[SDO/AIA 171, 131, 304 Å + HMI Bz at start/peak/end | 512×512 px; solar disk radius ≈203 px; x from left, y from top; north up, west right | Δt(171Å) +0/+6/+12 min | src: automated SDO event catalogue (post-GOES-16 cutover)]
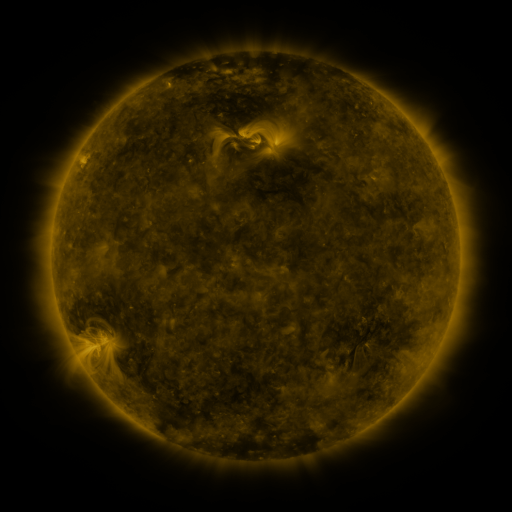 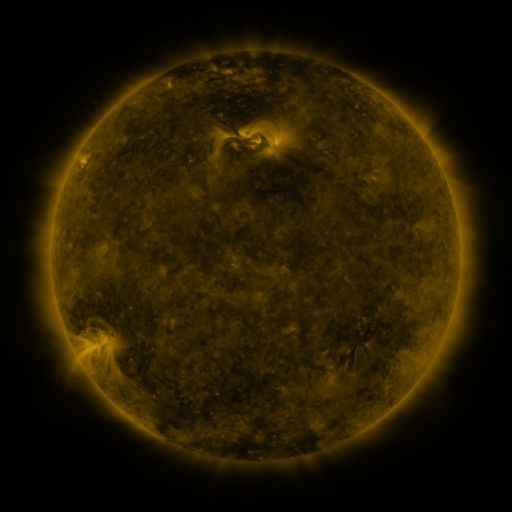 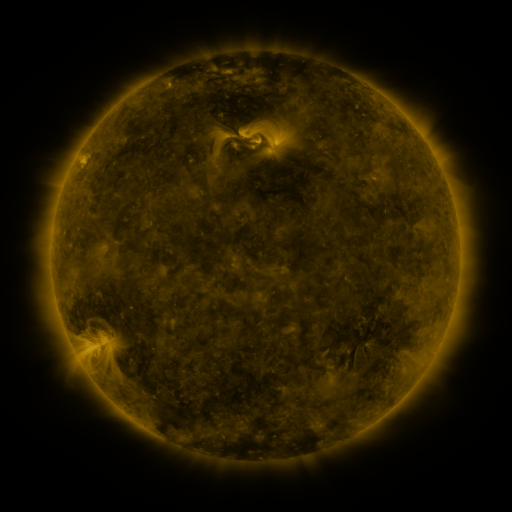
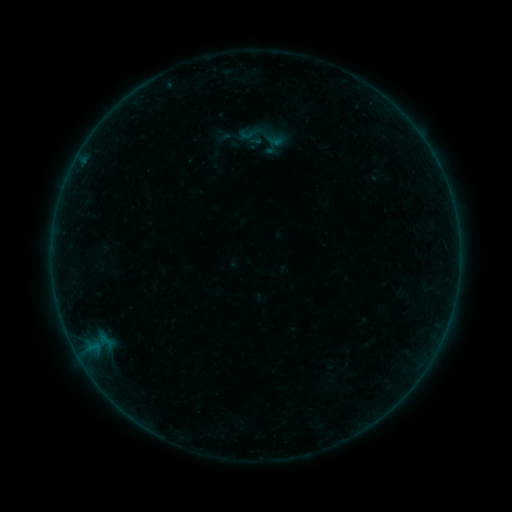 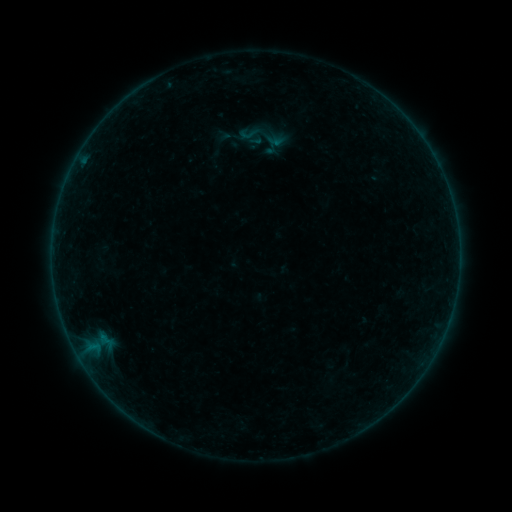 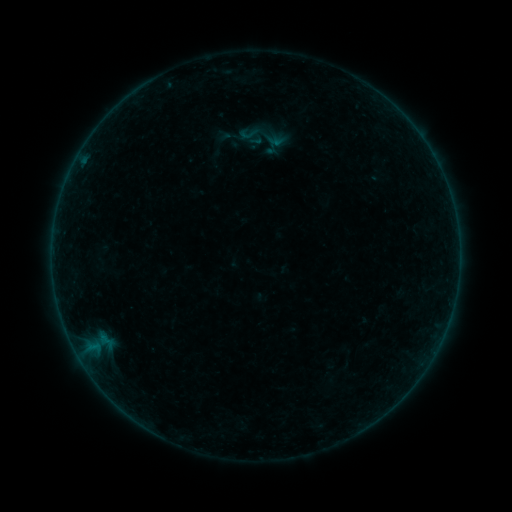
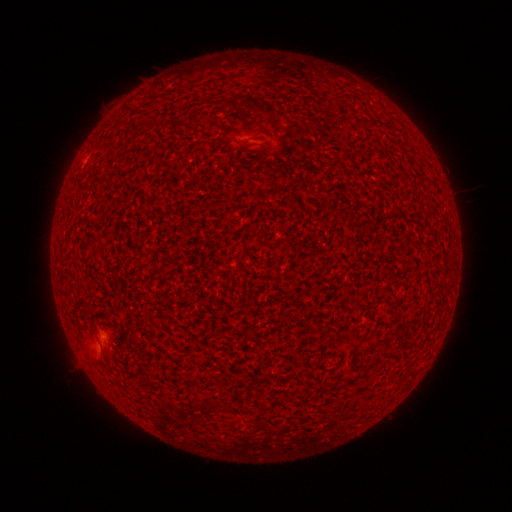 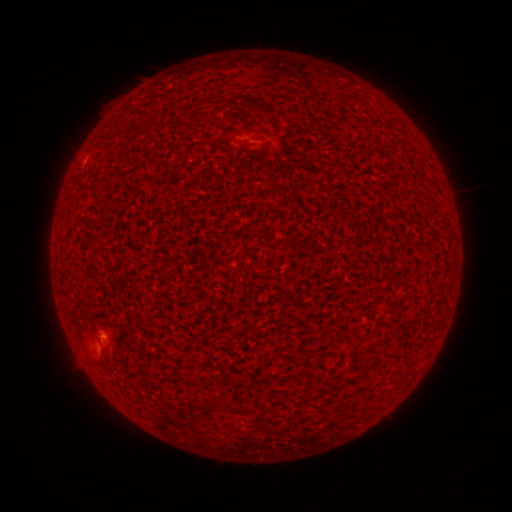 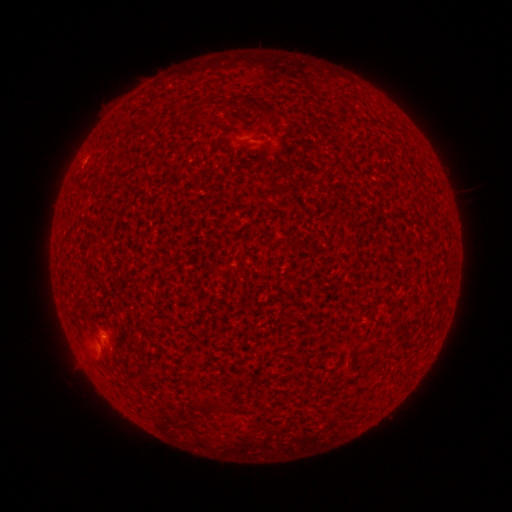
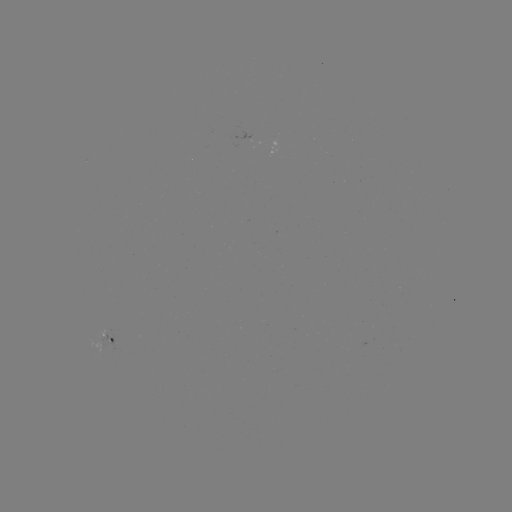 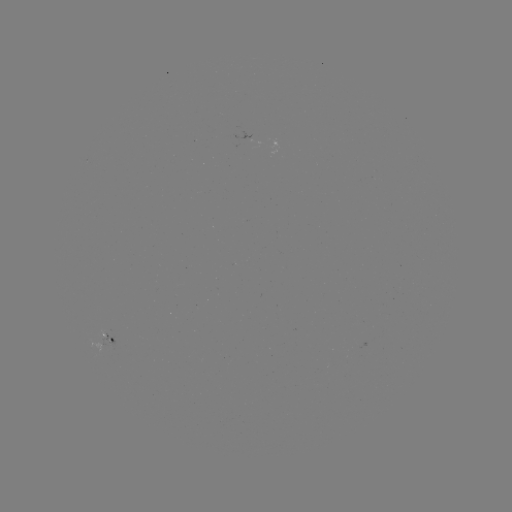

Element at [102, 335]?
A7.4 flare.